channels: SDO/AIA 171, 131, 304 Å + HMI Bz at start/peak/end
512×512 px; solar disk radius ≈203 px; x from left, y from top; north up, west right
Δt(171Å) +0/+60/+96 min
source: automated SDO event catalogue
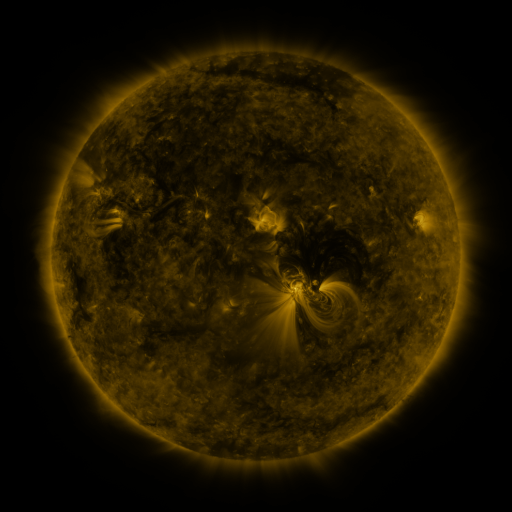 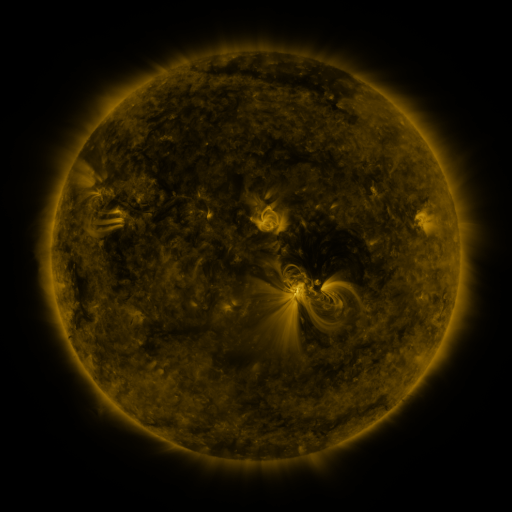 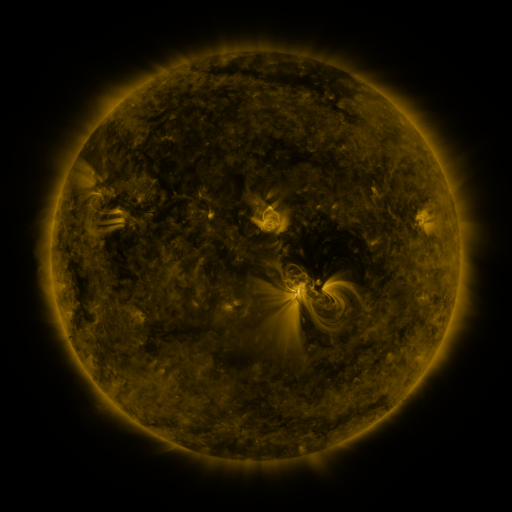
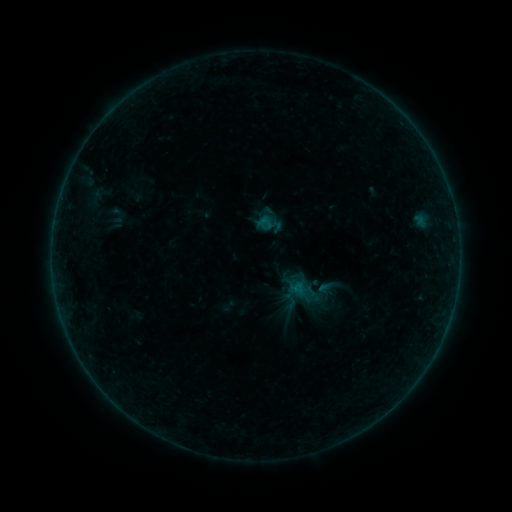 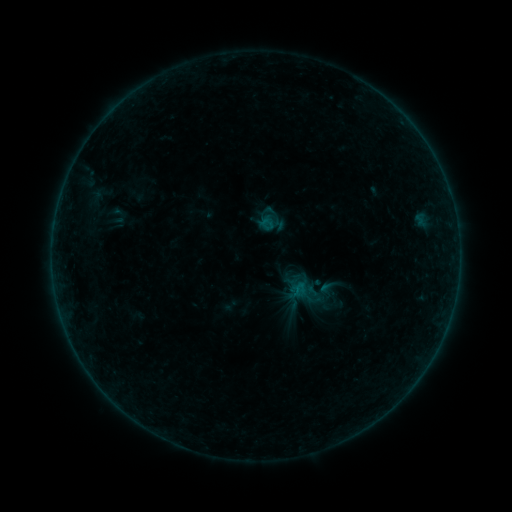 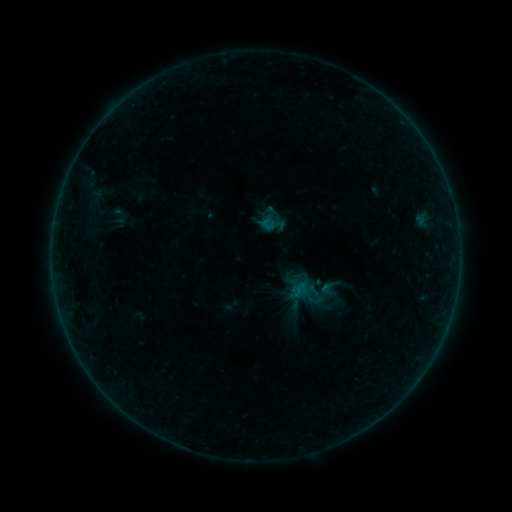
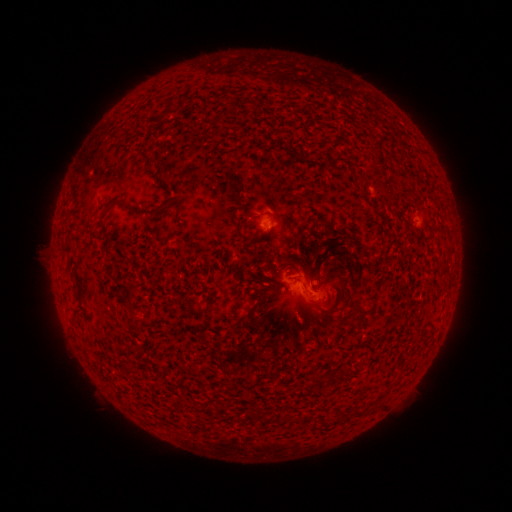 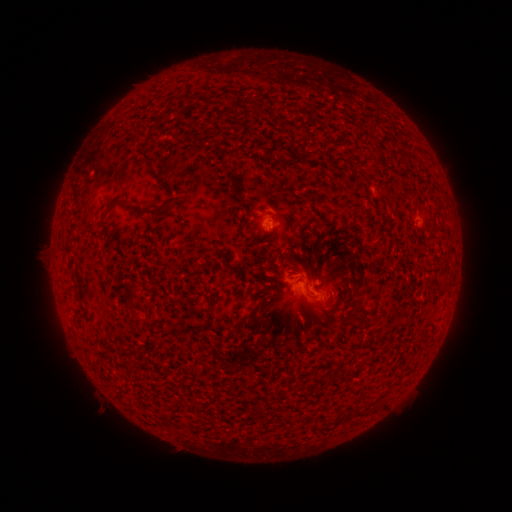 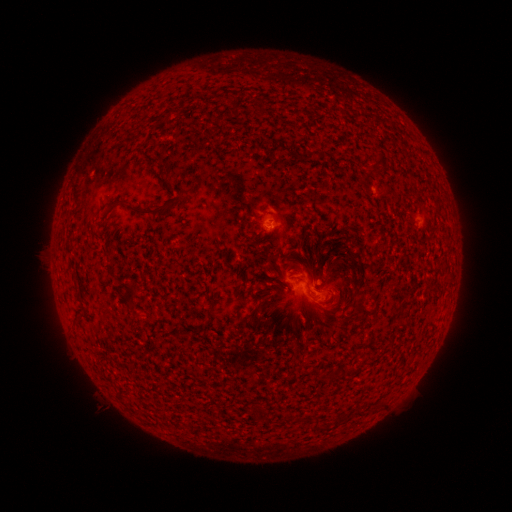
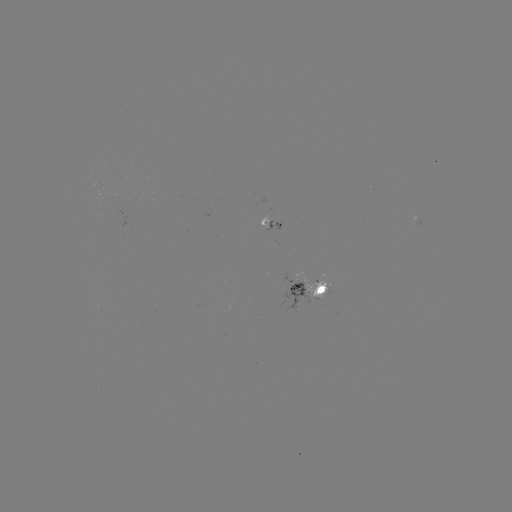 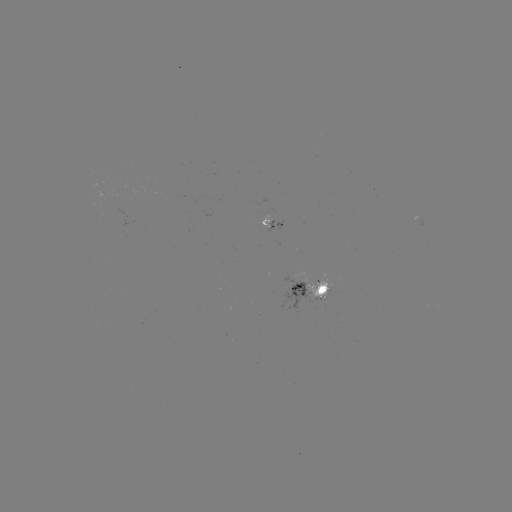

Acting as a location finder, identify emerging-flux region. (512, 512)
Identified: [417, 219].